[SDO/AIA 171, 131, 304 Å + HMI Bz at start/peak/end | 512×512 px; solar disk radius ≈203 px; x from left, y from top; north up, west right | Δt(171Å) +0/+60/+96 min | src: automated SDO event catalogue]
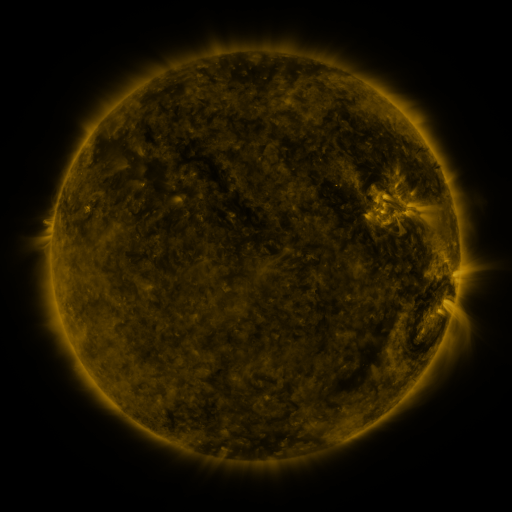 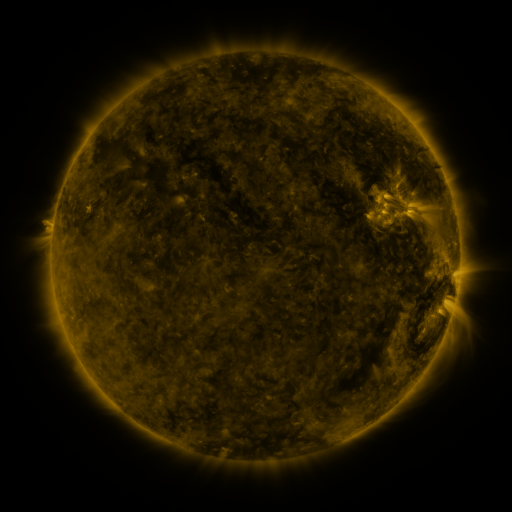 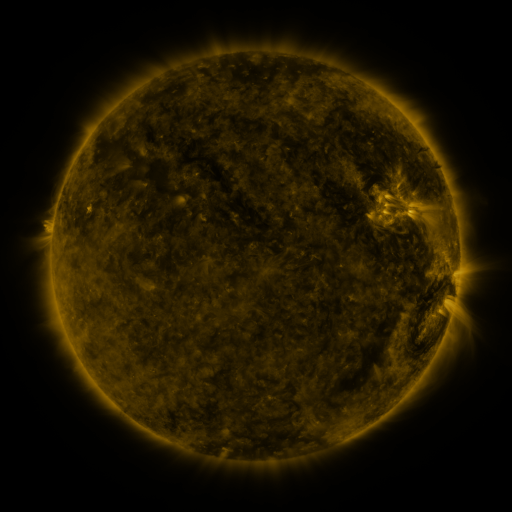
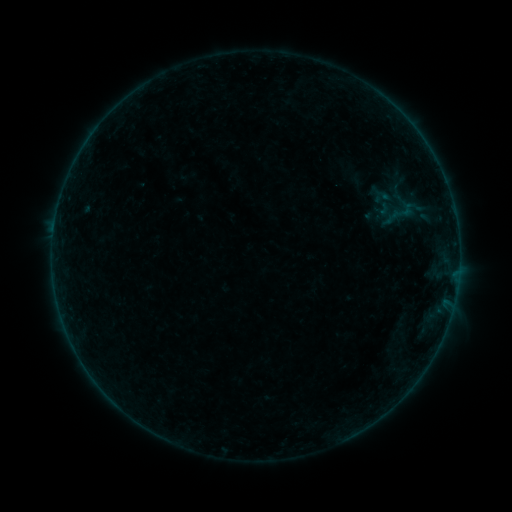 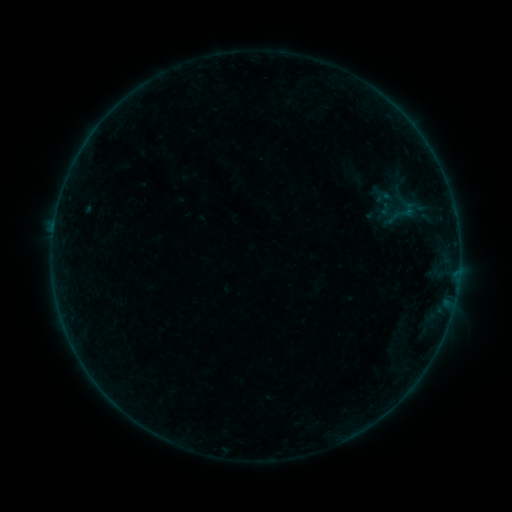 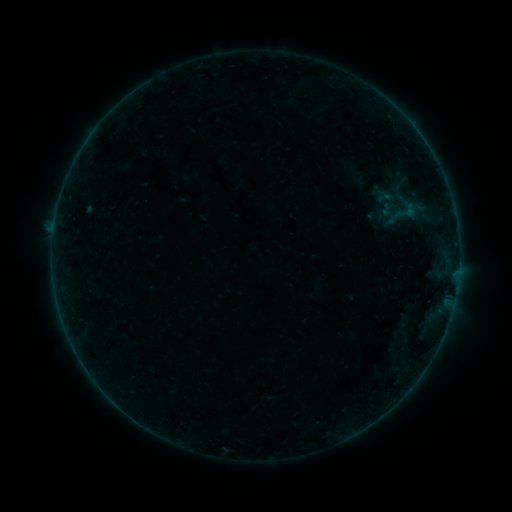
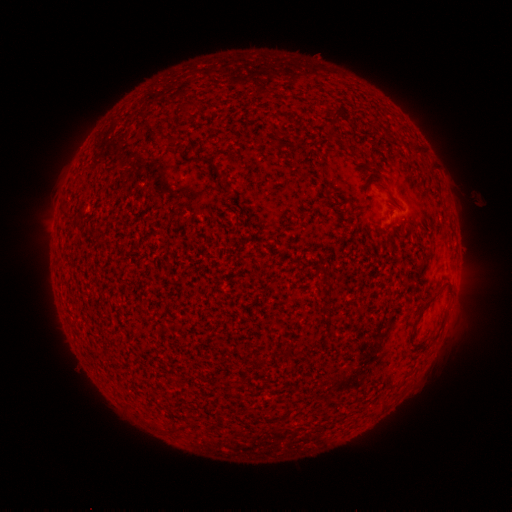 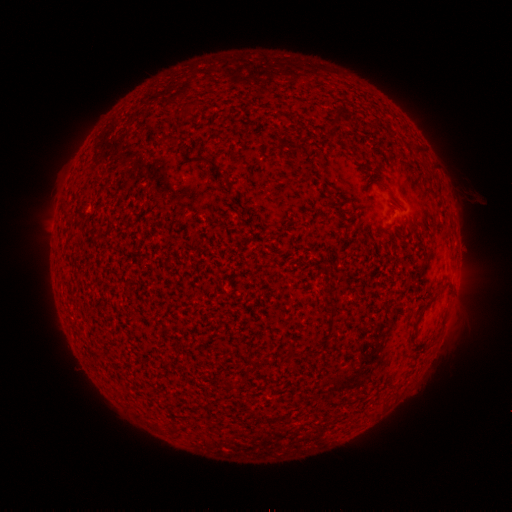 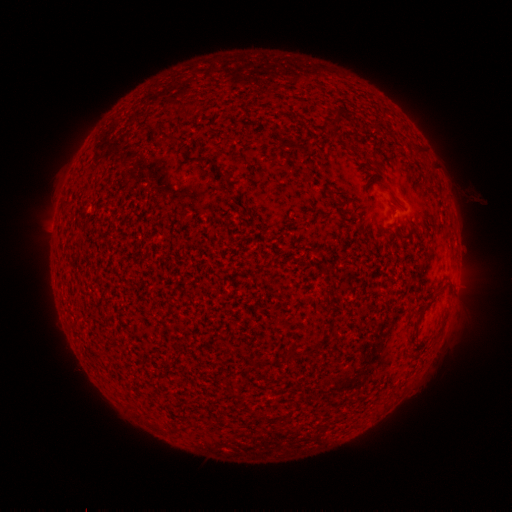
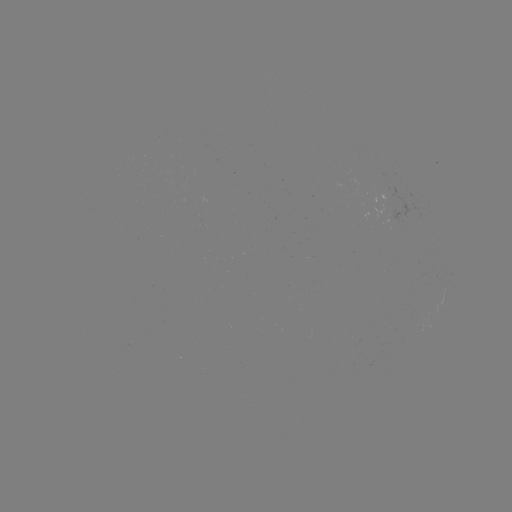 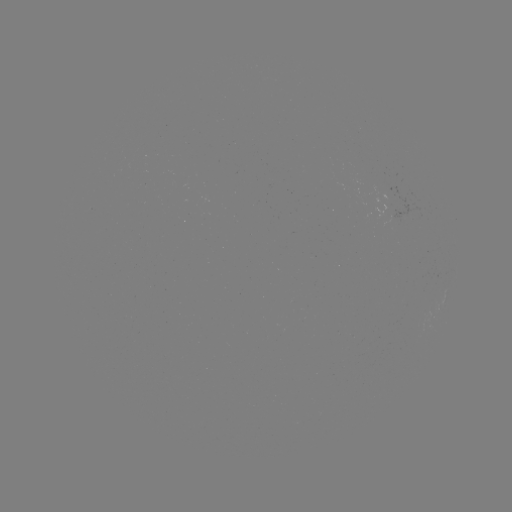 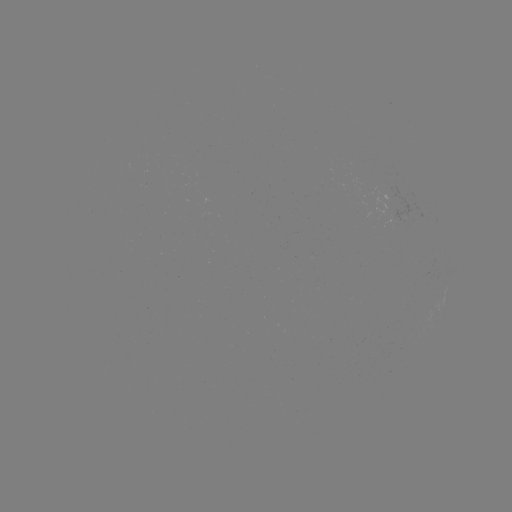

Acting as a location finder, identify emerging-flux region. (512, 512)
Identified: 394,201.